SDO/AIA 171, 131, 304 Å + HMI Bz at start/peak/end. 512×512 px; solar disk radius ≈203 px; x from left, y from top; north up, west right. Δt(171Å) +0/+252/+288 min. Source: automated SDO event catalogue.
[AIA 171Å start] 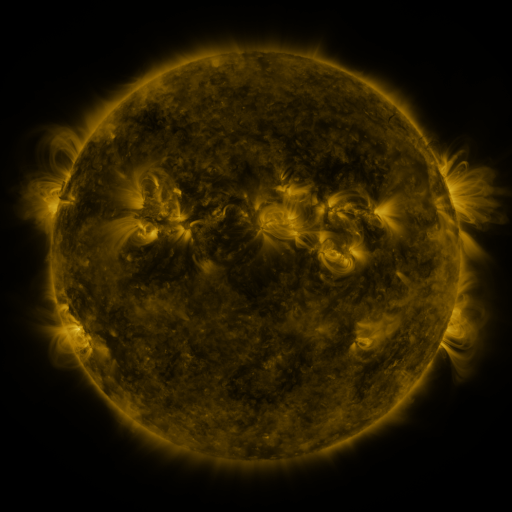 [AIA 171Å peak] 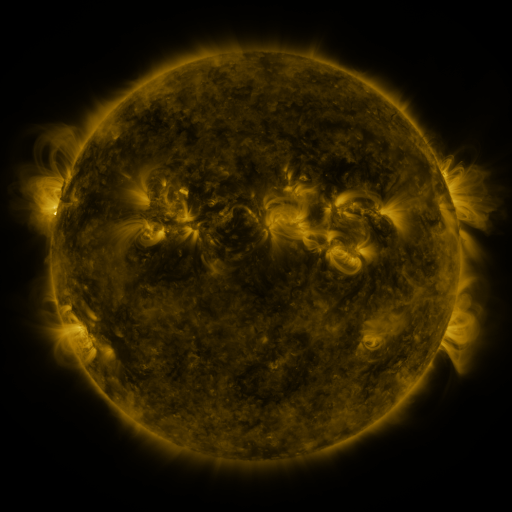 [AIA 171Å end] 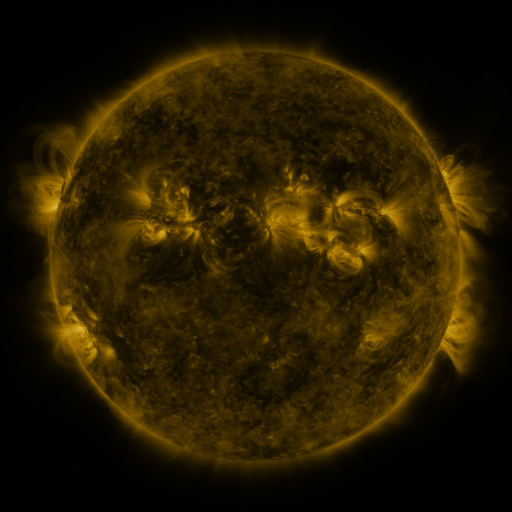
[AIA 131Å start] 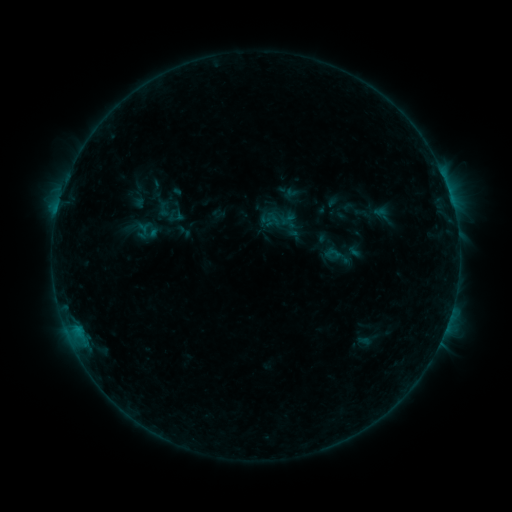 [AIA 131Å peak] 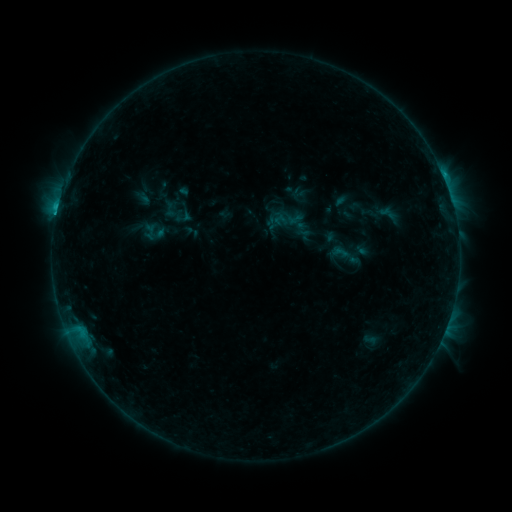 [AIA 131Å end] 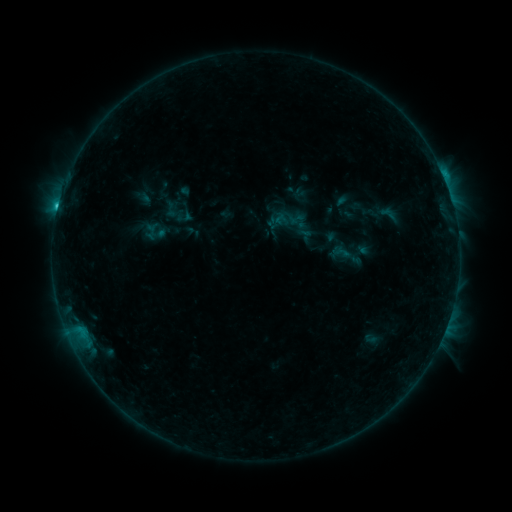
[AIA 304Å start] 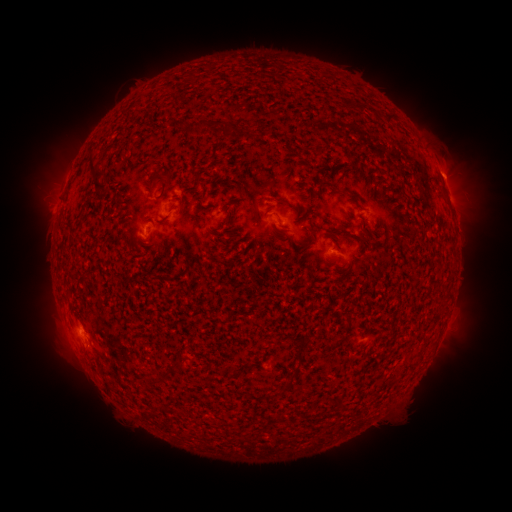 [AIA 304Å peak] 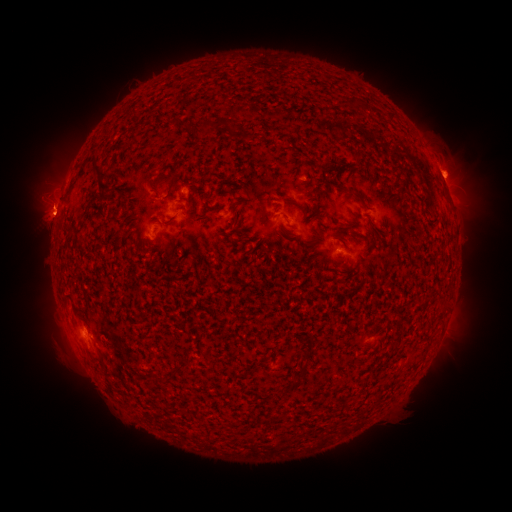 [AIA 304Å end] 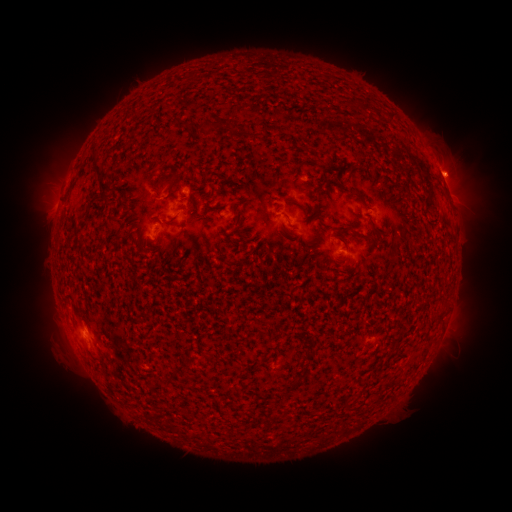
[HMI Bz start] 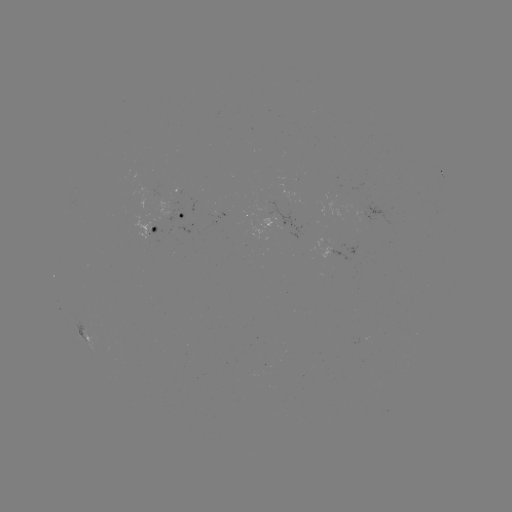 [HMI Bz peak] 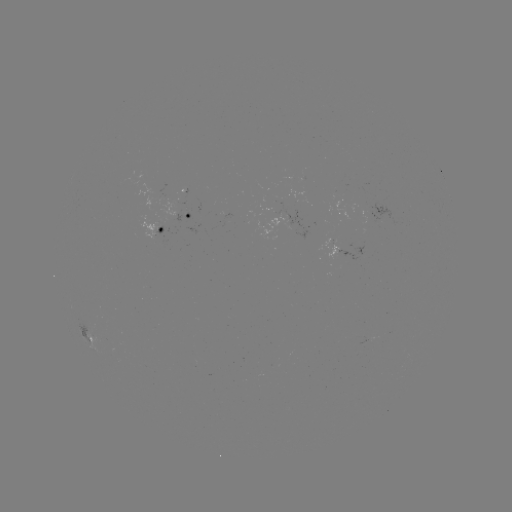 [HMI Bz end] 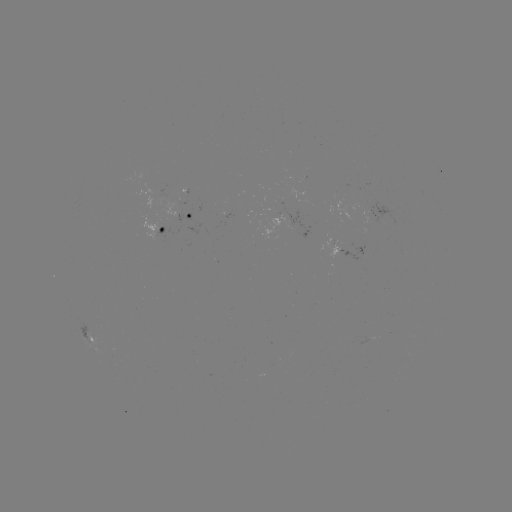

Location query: emerging-flux region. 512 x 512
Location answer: (302, 178).